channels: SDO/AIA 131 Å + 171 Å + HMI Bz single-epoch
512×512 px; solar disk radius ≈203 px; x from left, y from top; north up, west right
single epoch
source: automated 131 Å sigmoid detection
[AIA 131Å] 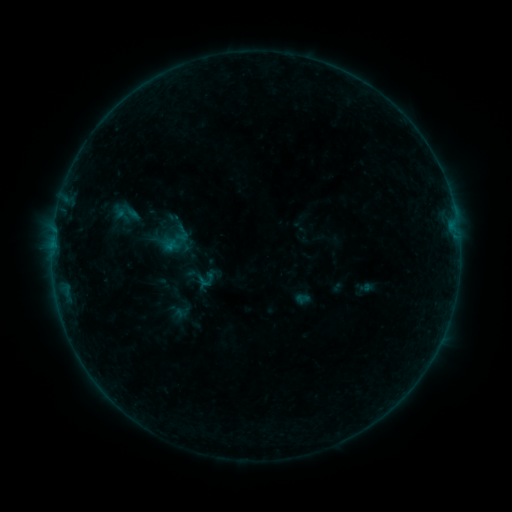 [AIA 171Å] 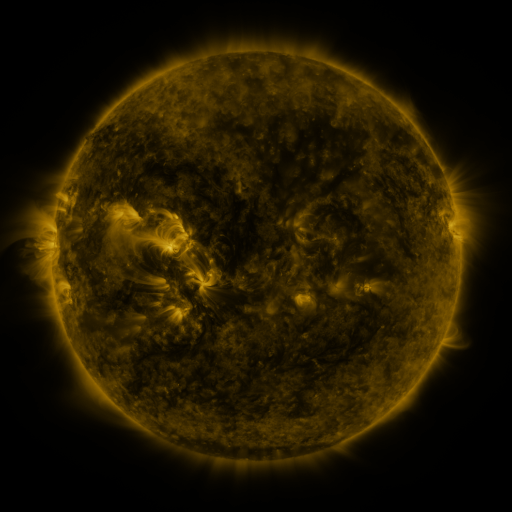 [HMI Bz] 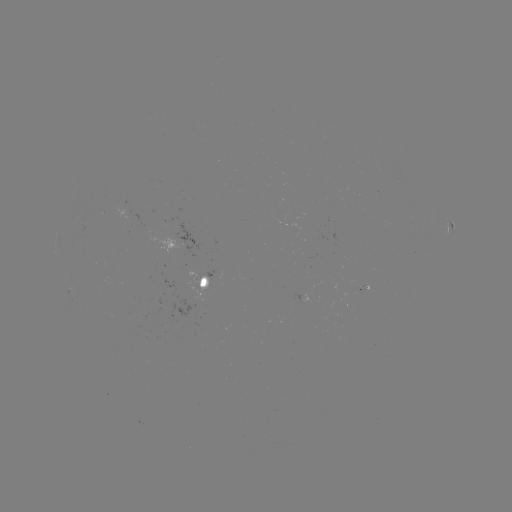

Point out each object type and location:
sigmoid: (194, 275)
